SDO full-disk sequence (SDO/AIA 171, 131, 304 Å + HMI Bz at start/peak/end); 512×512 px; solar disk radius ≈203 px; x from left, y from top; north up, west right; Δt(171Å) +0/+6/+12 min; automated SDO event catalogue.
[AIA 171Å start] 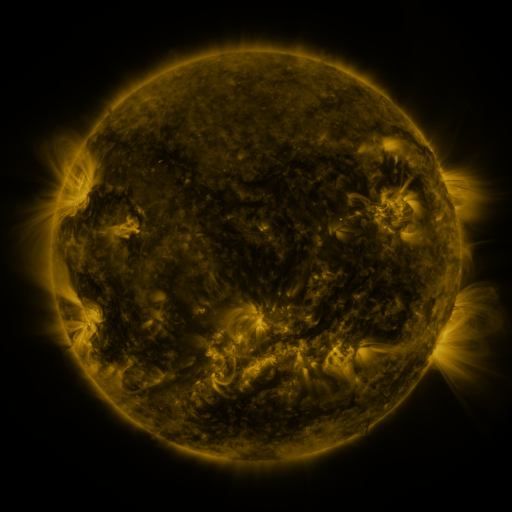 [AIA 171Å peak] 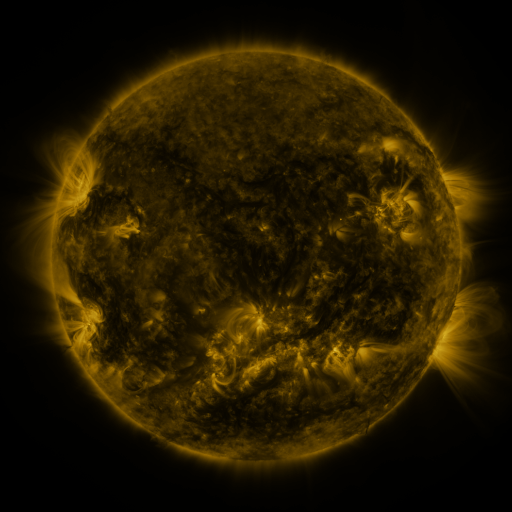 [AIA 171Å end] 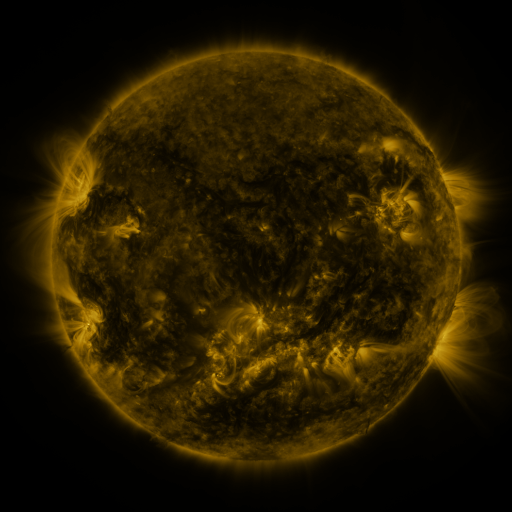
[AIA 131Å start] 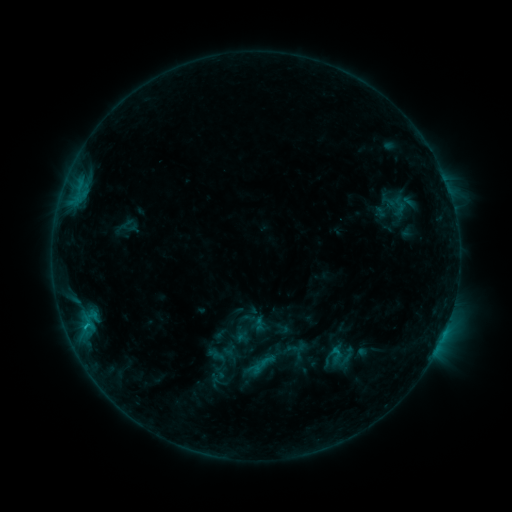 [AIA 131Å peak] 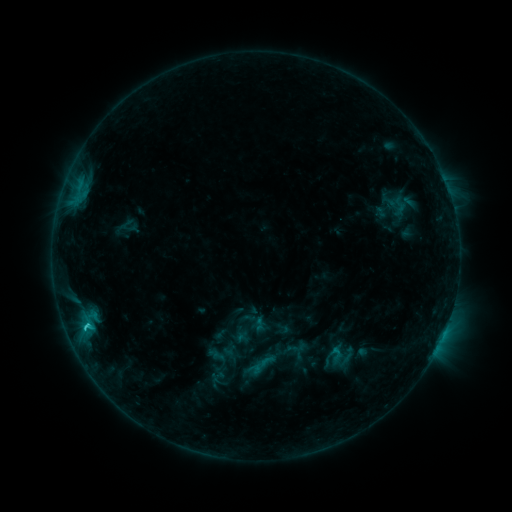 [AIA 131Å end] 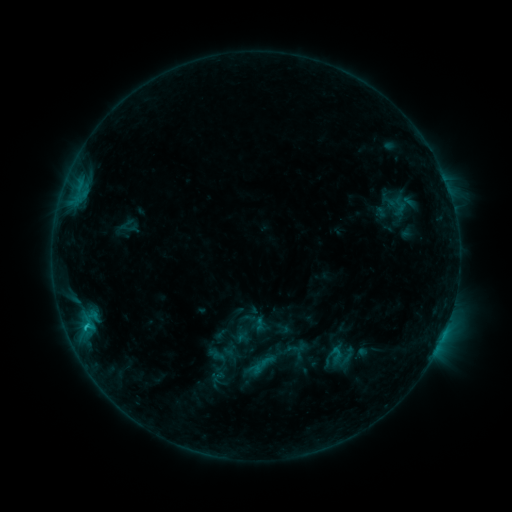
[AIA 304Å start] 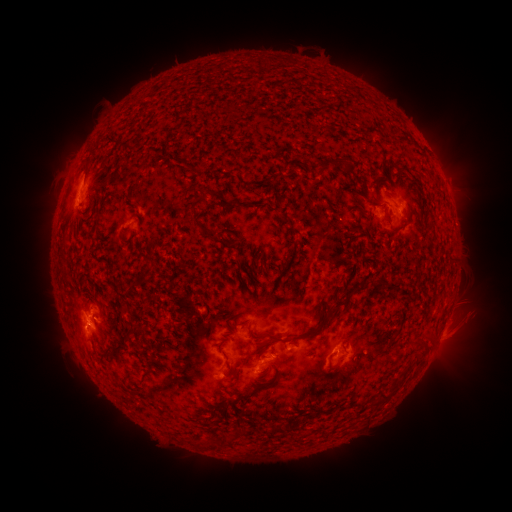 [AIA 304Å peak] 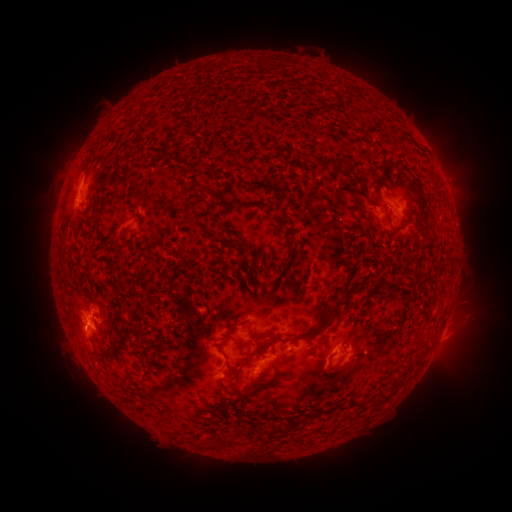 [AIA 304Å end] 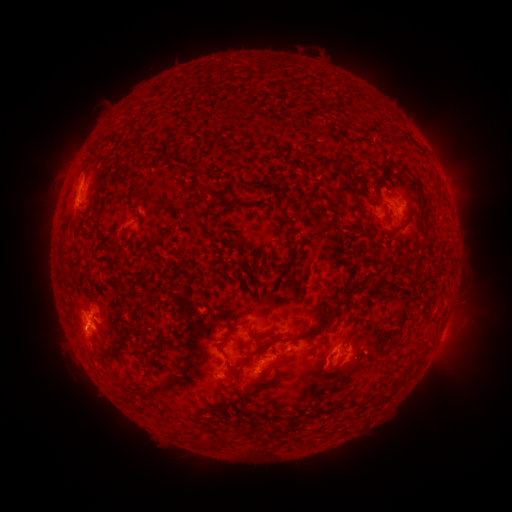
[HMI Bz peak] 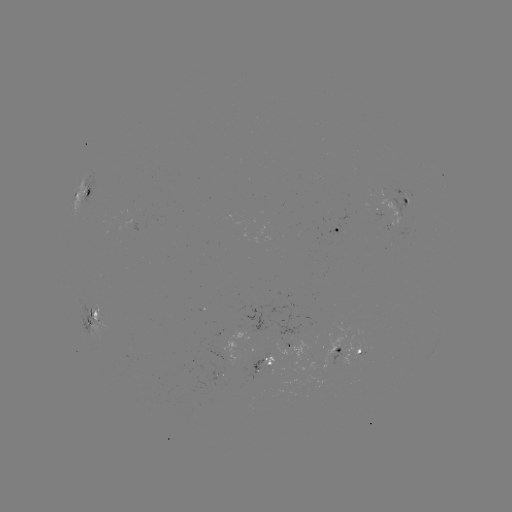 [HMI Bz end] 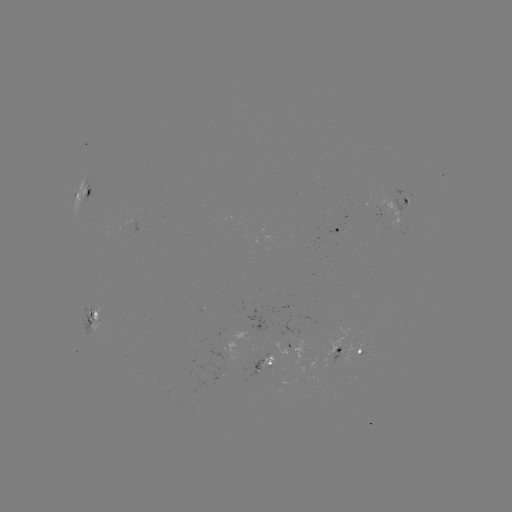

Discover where C1.3 flare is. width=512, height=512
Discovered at [88, 322].